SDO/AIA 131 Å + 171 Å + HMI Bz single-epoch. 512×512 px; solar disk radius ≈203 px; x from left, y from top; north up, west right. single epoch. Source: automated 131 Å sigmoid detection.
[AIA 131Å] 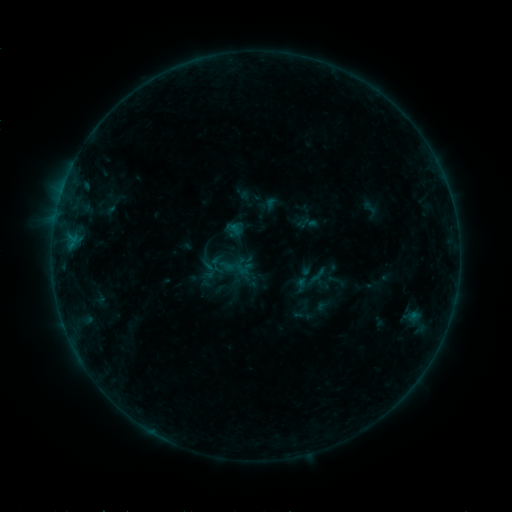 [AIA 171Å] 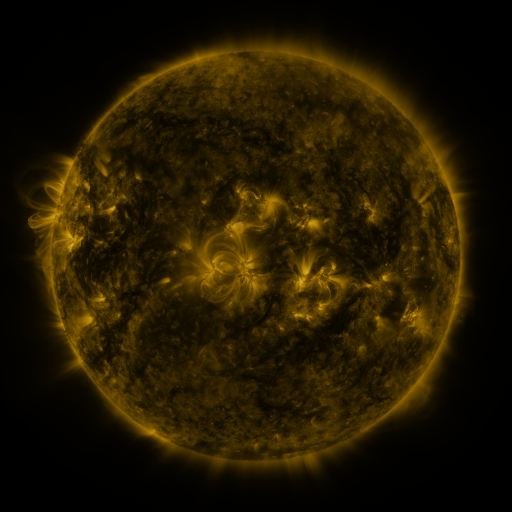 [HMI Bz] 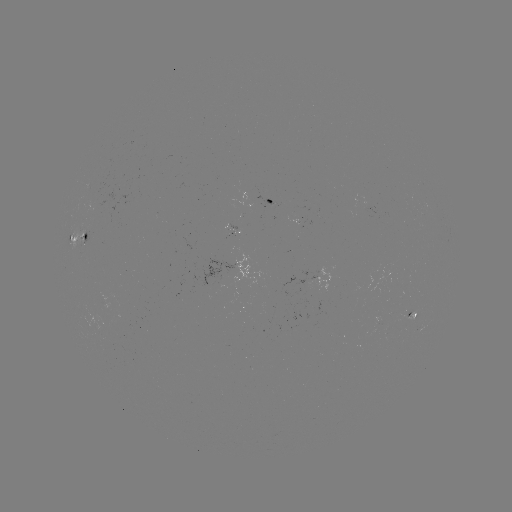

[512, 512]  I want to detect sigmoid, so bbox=[358, 199, 382, 220].